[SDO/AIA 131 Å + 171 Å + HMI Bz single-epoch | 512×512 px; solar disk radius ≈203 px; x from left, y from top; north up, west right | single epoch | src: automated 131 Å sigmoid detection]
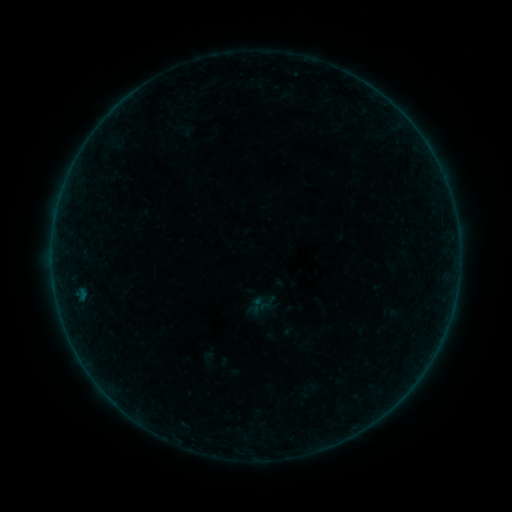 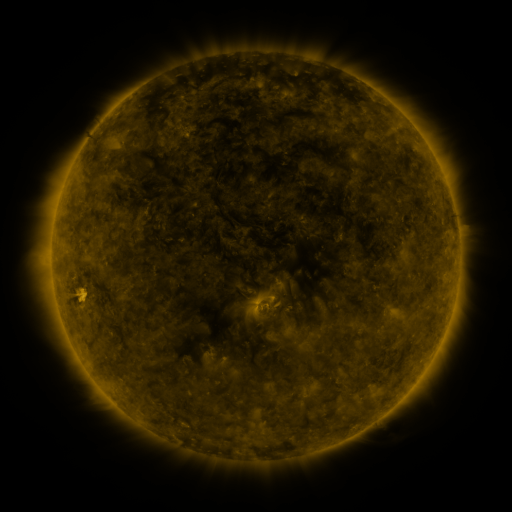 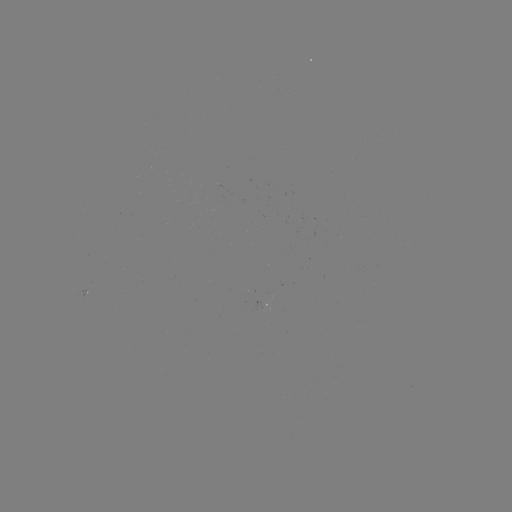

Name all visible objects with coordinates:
sigmoid: [248, 296, 266, 314]
